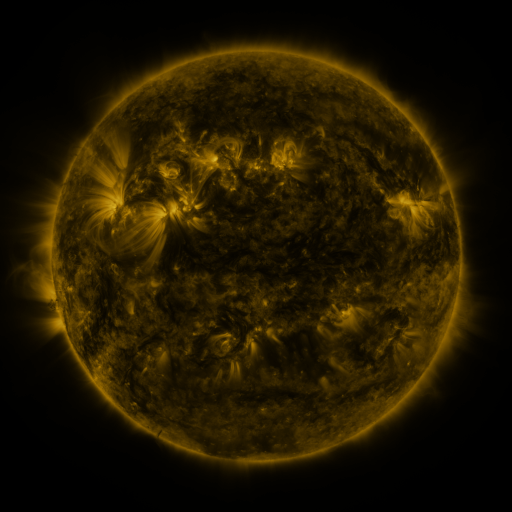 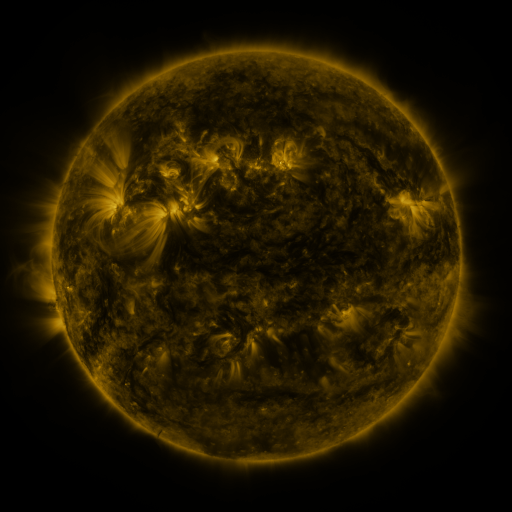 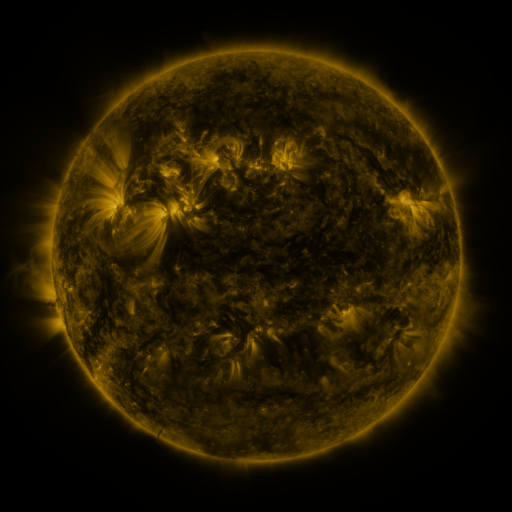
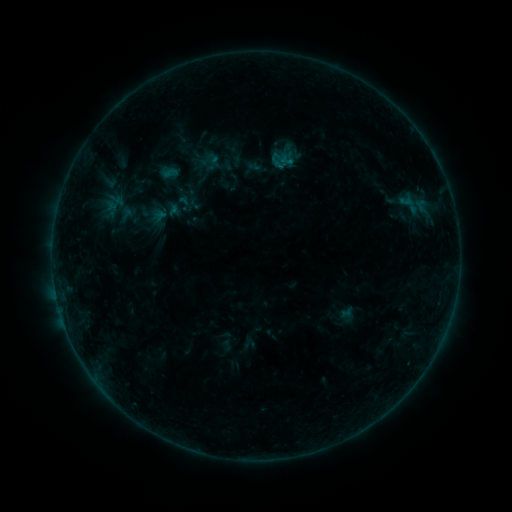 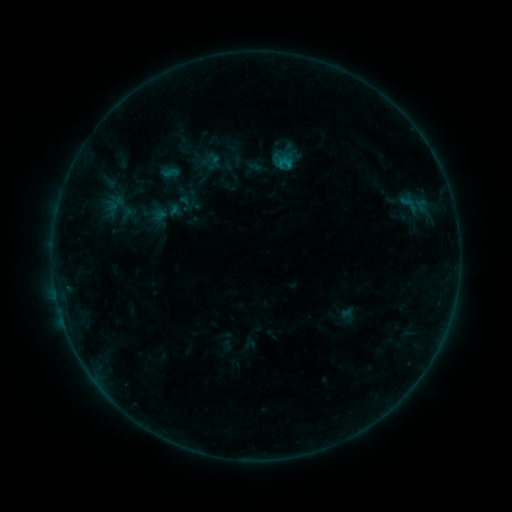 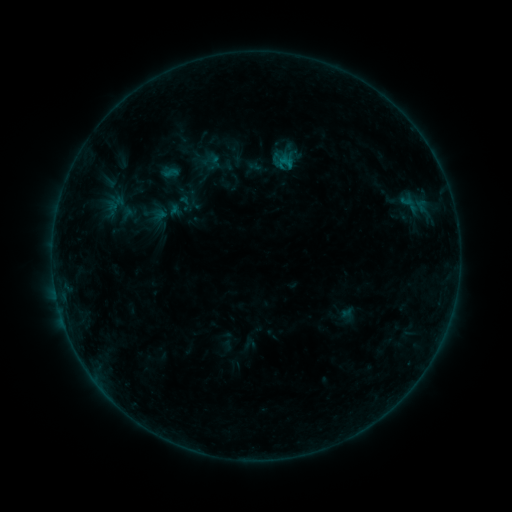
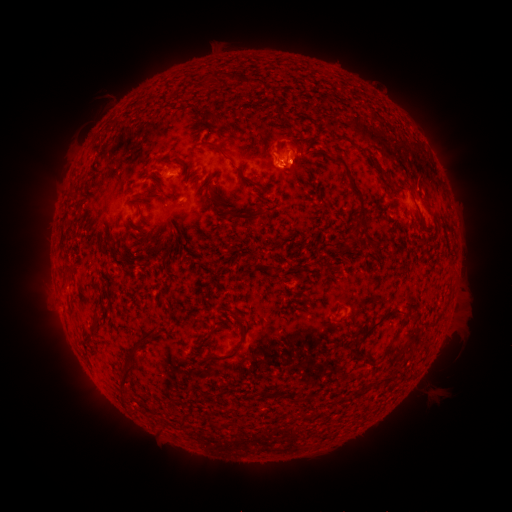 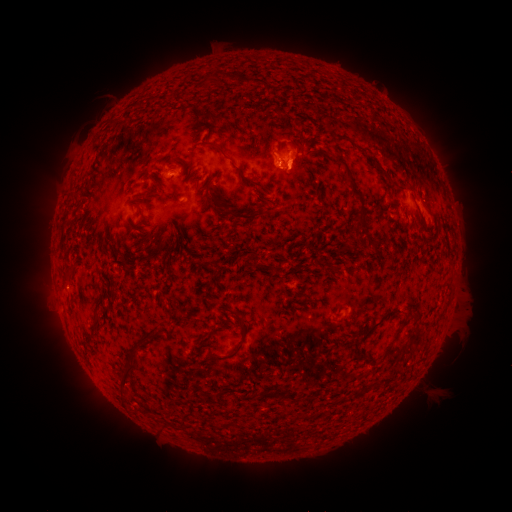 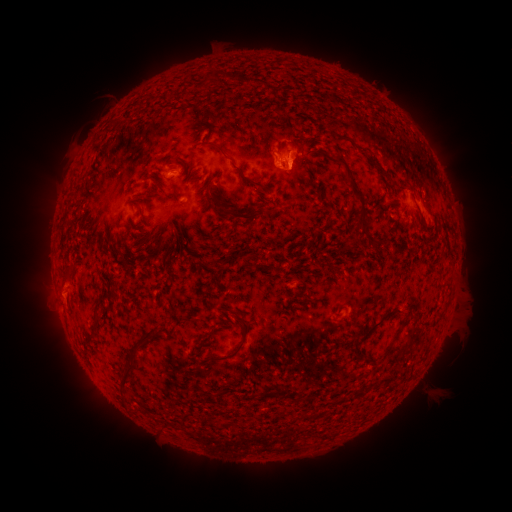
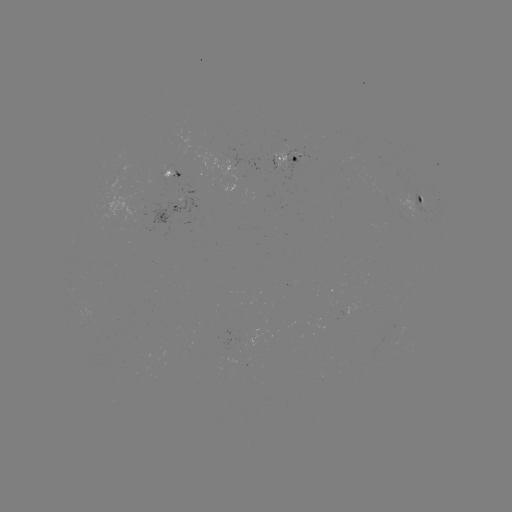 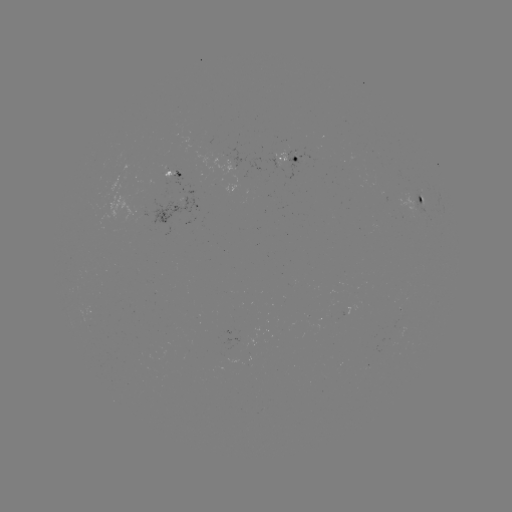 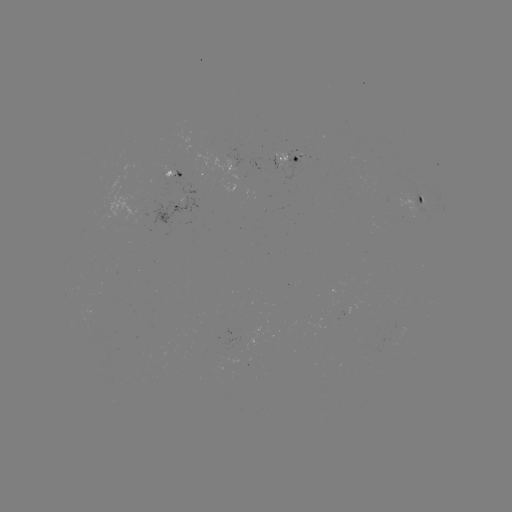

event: flare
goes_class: B4.0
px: (279, 165)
